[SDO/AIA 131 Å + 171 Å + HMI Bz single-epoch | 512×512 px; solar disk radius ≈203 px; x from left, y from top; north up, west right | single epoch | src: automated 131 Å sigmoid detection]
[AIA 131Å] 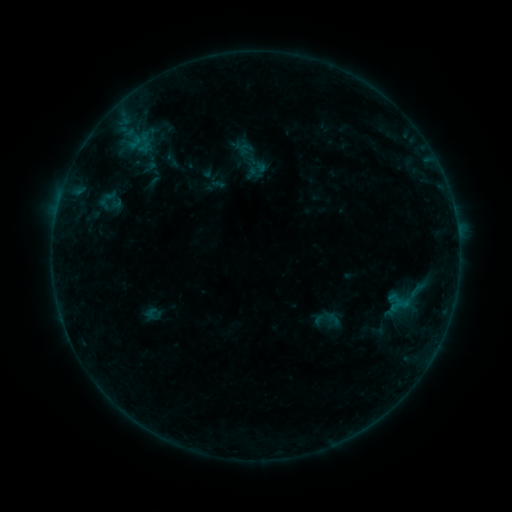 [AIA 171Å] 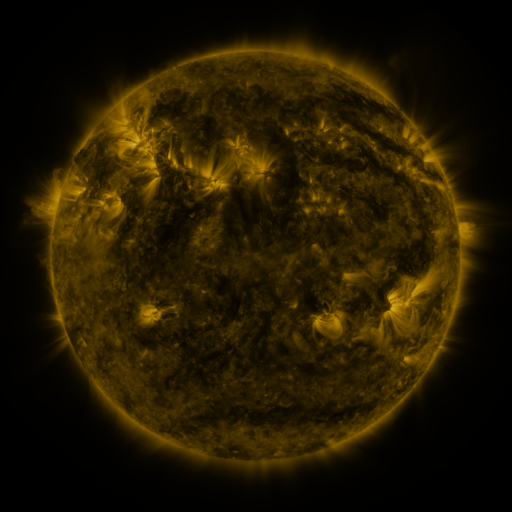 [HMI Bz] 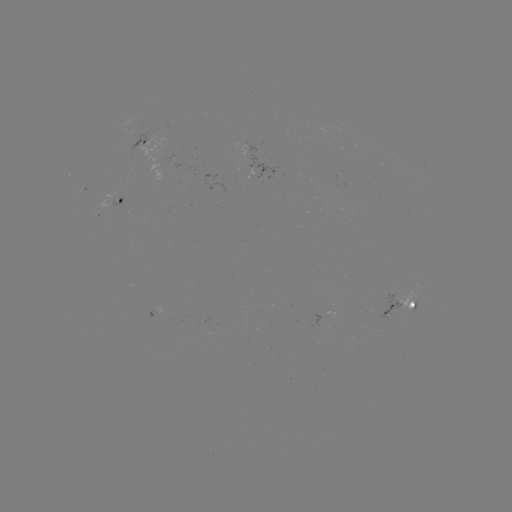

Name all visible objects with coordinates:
sigmoid: (162, 149, 182, 169)
sigmoid: (312, 304, 342, 336)
